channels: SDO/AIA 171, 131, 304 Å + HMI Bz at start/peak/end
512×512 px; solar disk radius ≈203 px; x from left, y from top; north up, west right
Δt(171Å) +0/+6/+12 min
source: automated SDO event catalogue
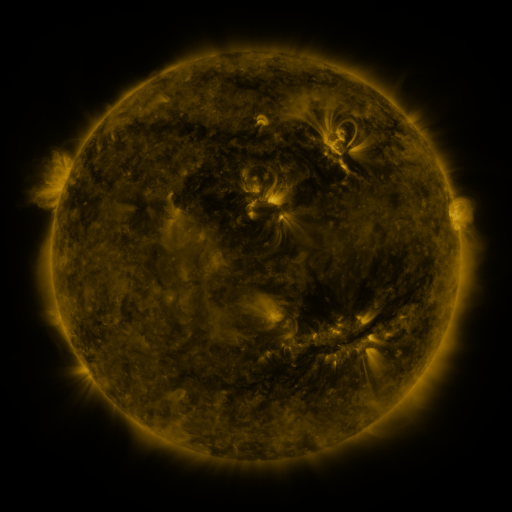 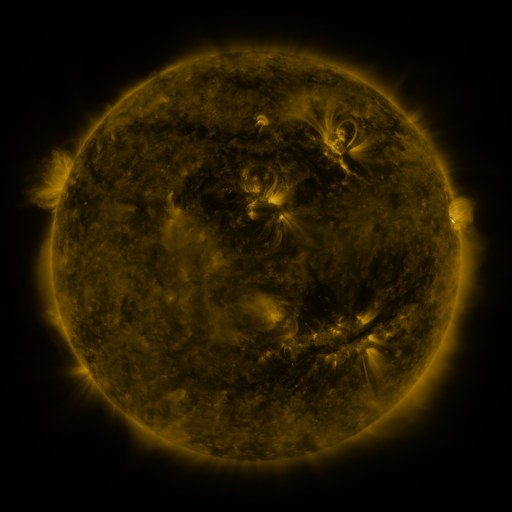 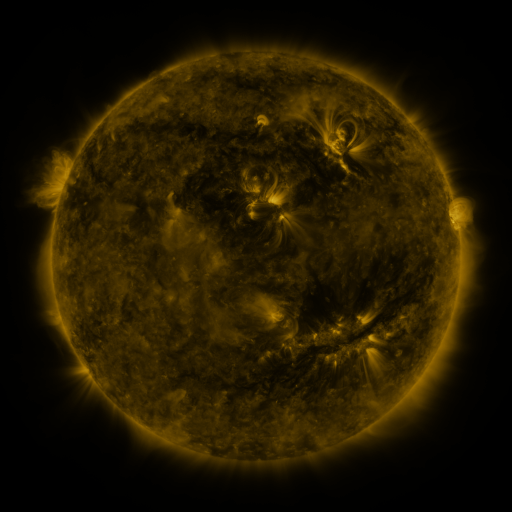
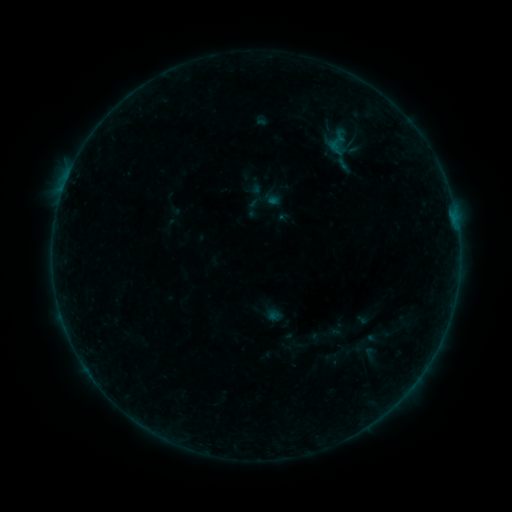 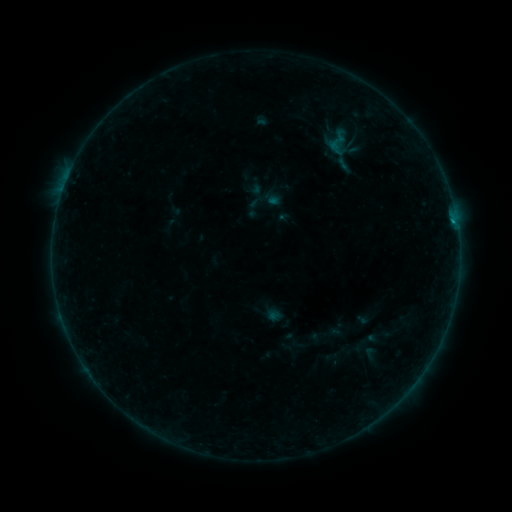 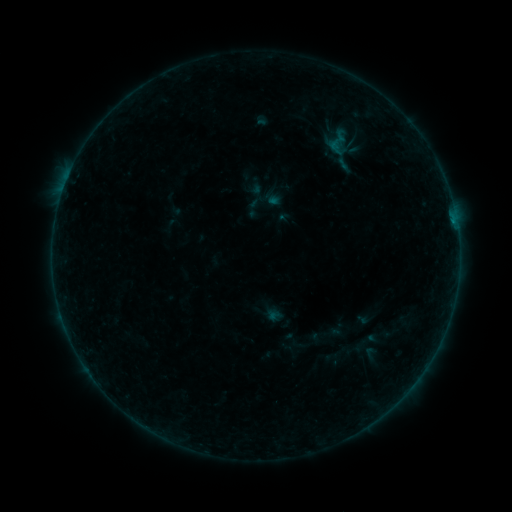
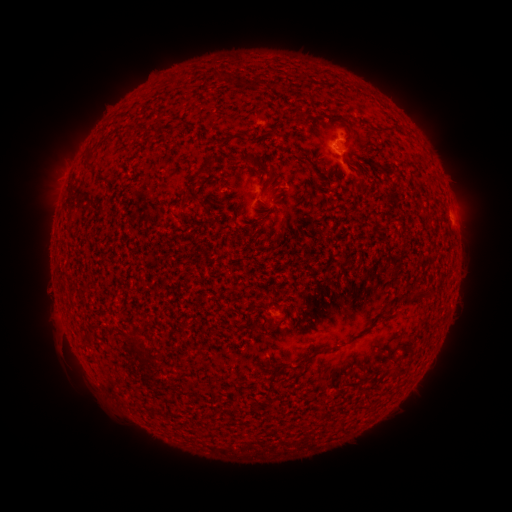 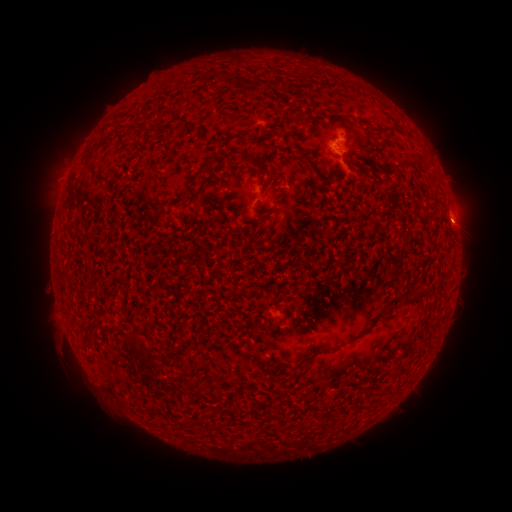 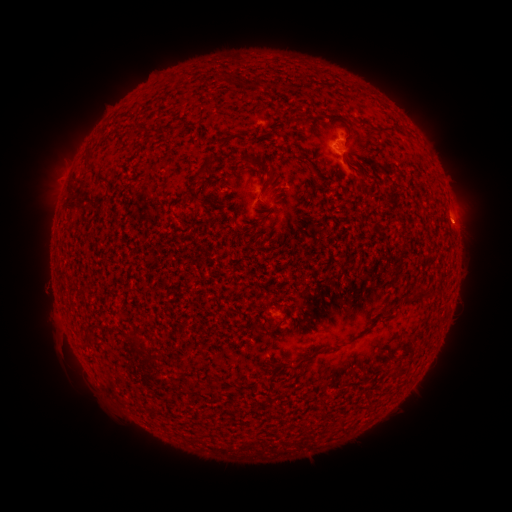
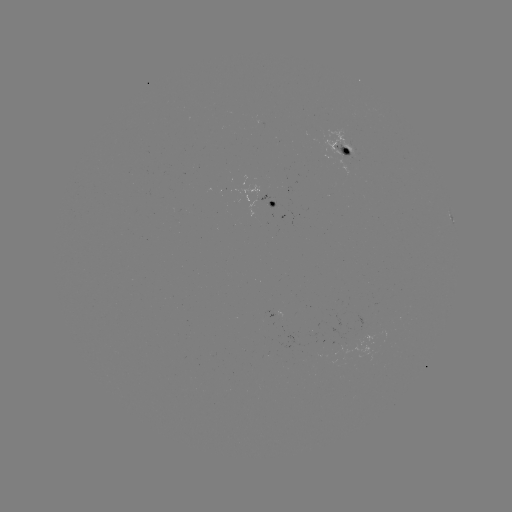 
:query B2.4 flare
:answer [451, 223]